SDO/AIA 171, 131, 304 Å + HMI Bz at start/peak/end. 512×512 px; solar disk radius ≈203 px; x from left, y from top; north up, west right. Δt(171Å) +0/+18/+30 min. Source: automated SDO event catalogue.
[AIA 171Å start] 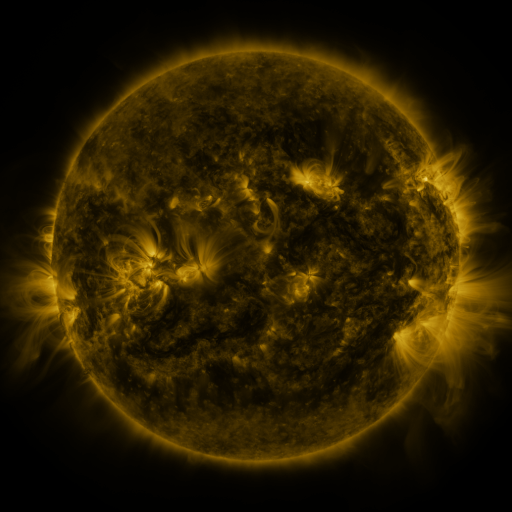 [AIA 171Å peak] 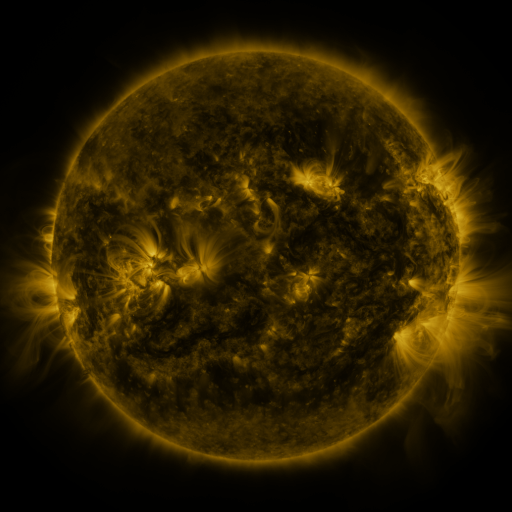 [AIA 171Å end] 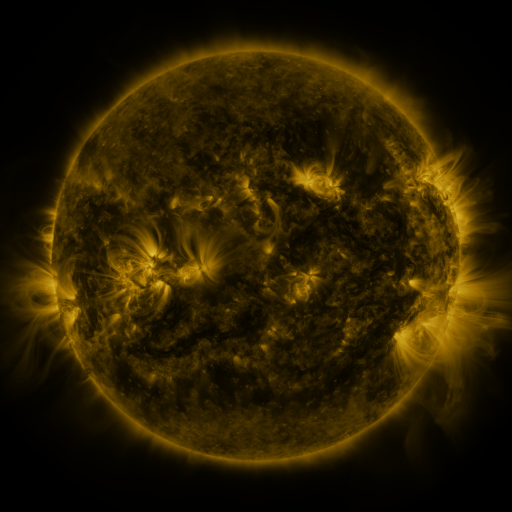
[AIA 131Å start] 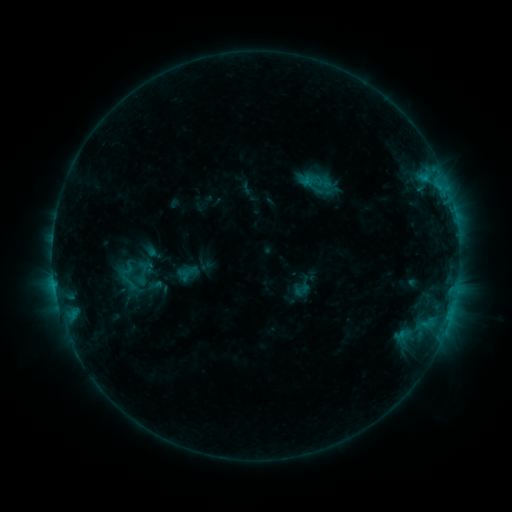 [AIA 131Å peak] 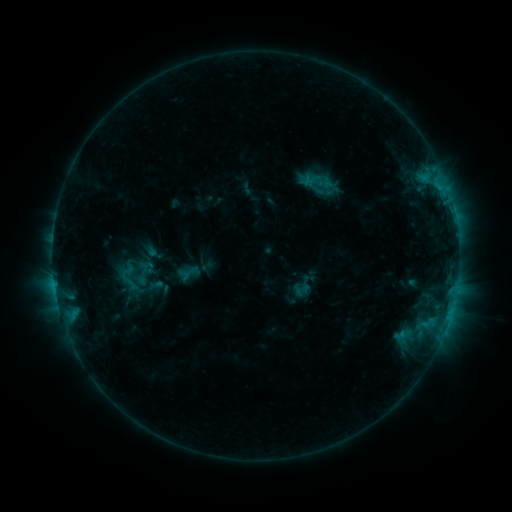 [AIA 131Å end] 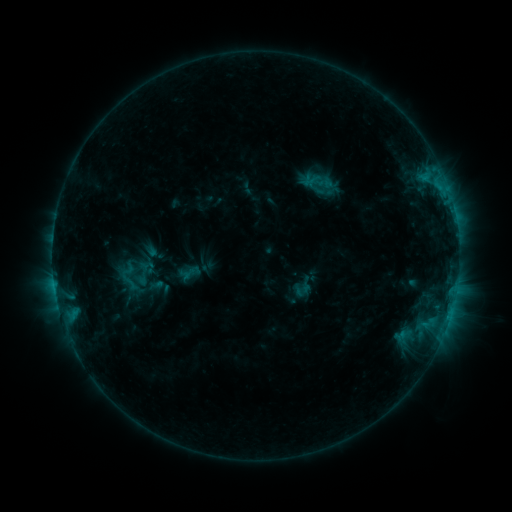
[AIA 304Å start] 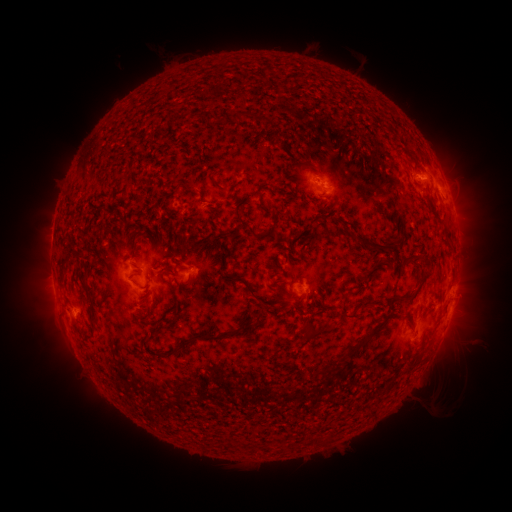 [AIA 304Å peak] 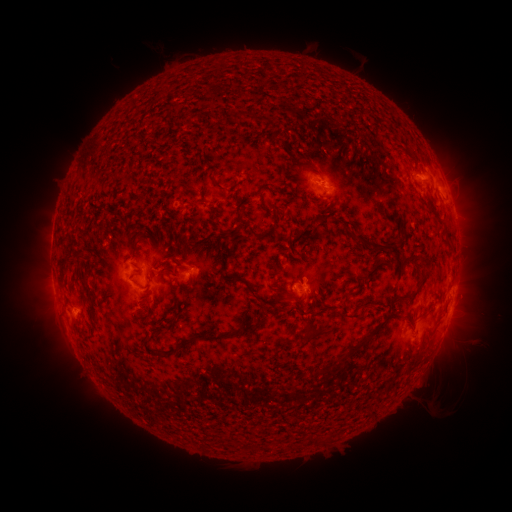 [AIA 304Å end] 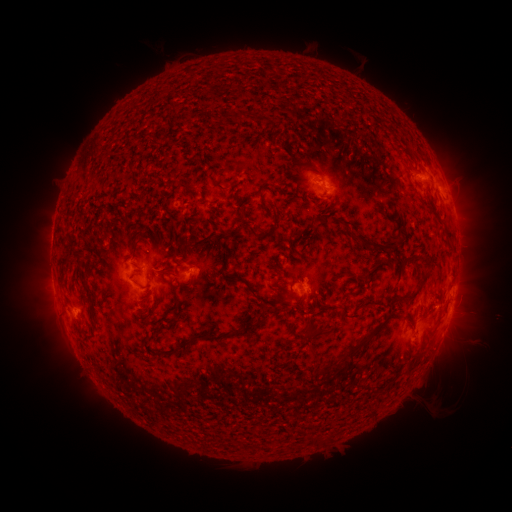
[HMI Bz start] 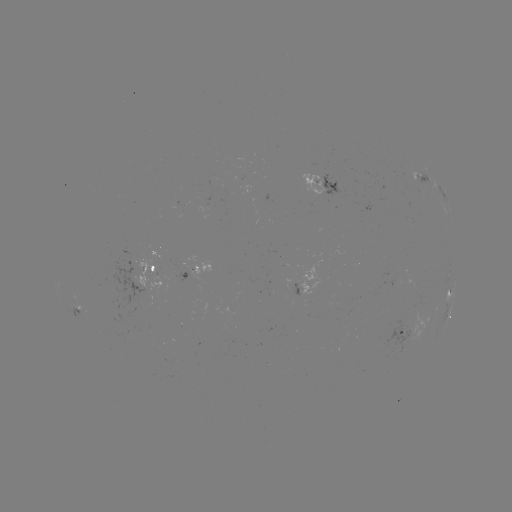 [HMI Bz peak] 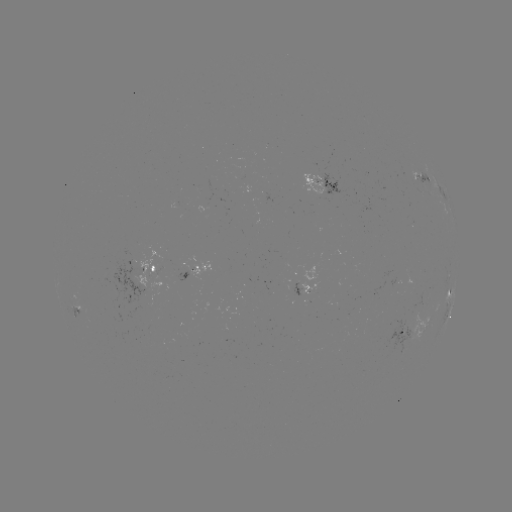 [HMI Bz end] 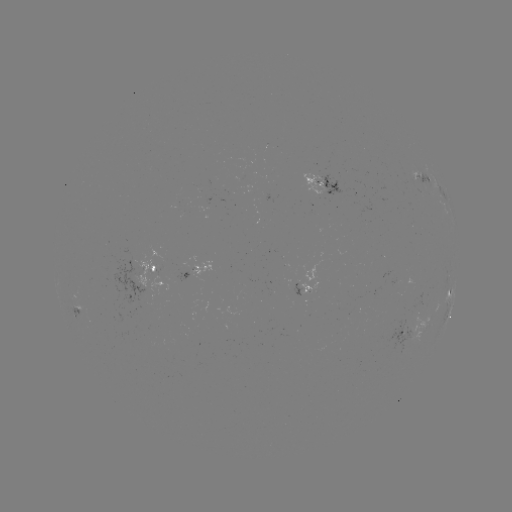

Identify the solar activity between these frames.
no classed flare was catalogued and no EUV brightening was flagged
